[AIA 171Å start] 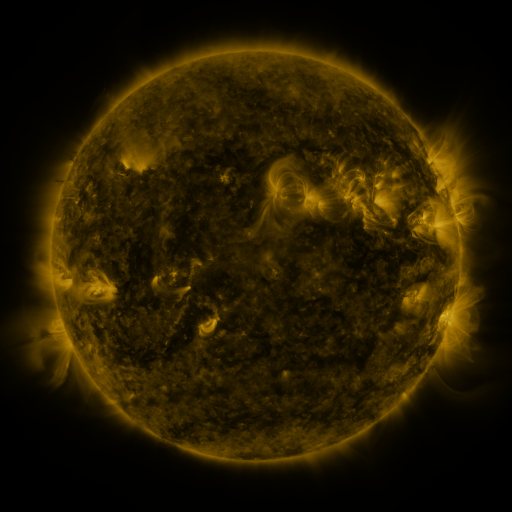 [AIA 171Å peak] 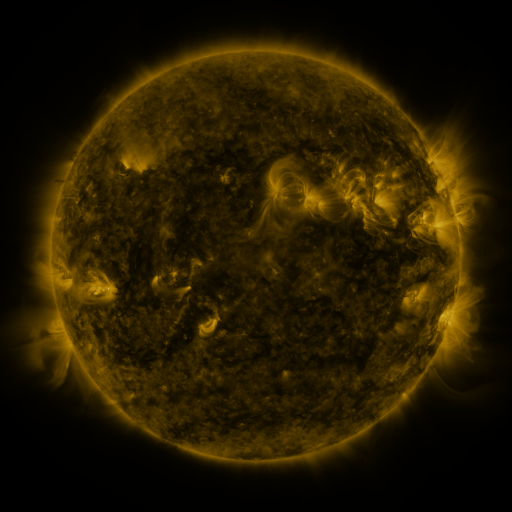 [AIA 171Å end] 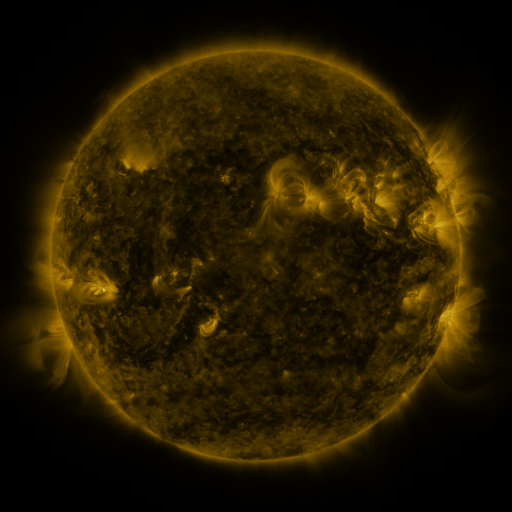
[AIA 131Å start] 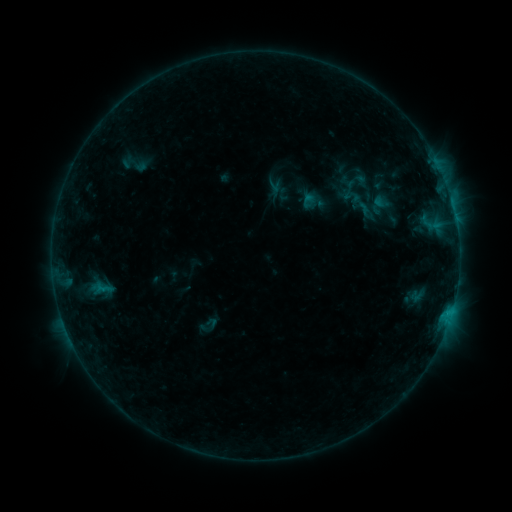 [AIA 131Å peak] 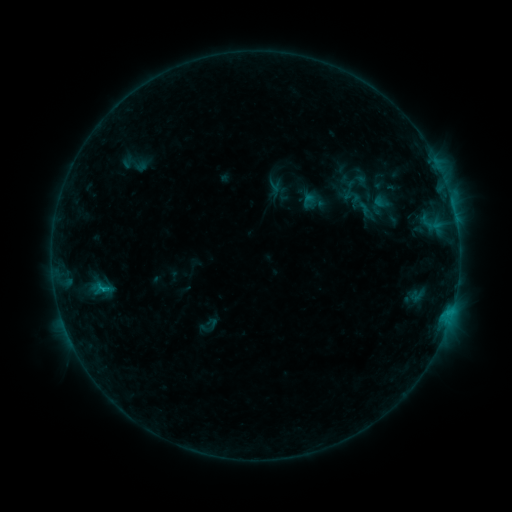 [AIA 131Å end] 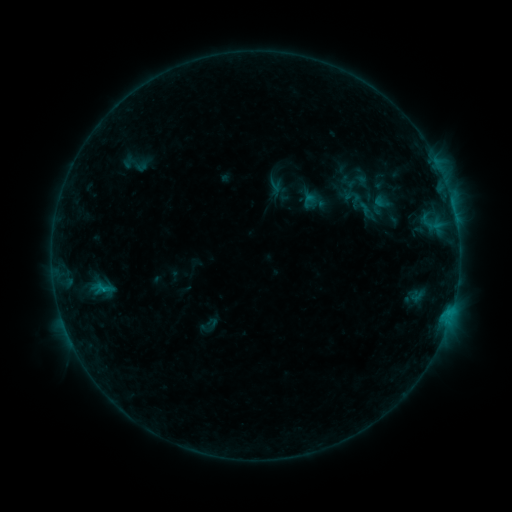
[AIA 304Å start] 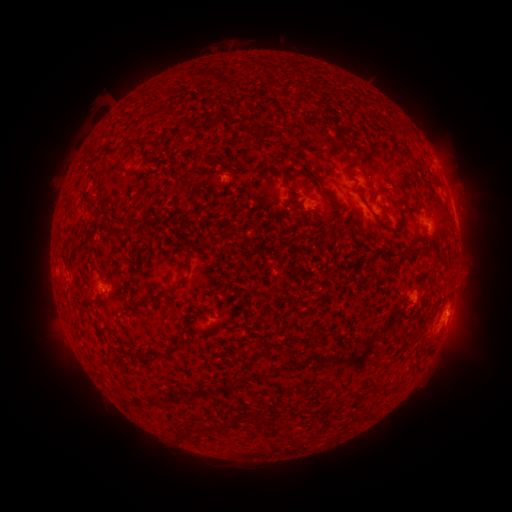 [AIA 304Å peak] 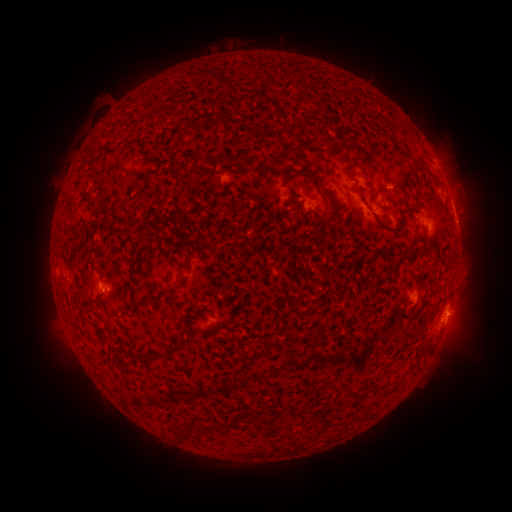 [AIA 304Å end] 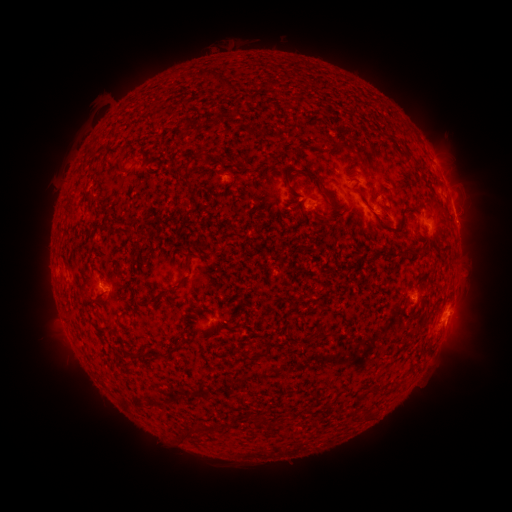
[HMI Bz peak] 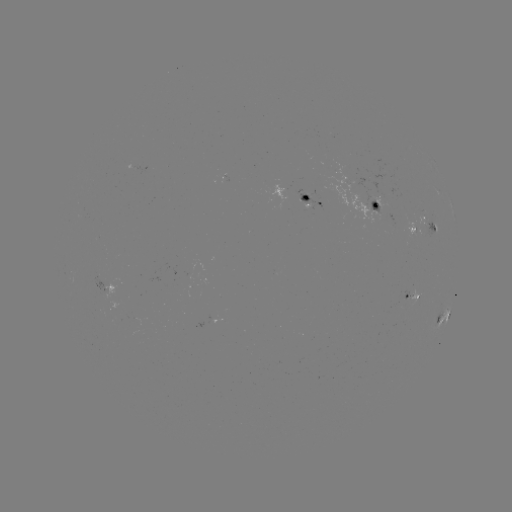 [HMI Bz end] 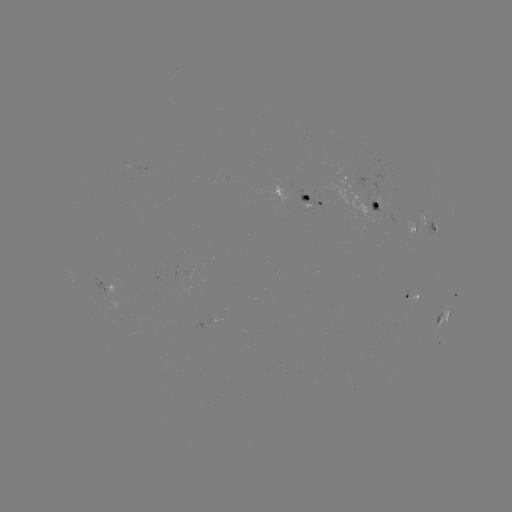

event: flare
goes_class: B8.1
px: (104, 289)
